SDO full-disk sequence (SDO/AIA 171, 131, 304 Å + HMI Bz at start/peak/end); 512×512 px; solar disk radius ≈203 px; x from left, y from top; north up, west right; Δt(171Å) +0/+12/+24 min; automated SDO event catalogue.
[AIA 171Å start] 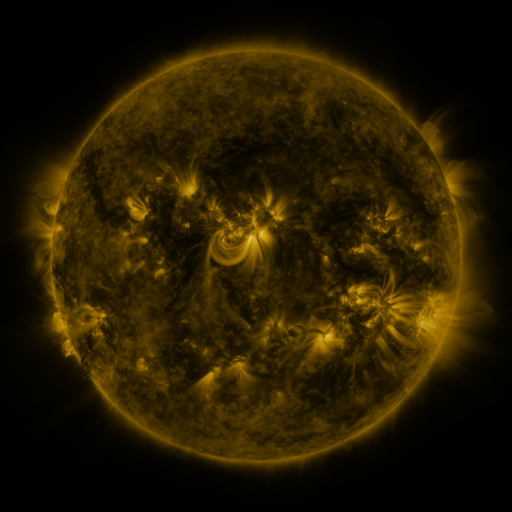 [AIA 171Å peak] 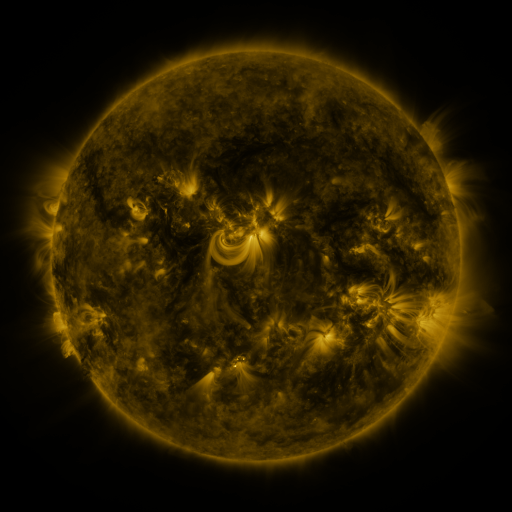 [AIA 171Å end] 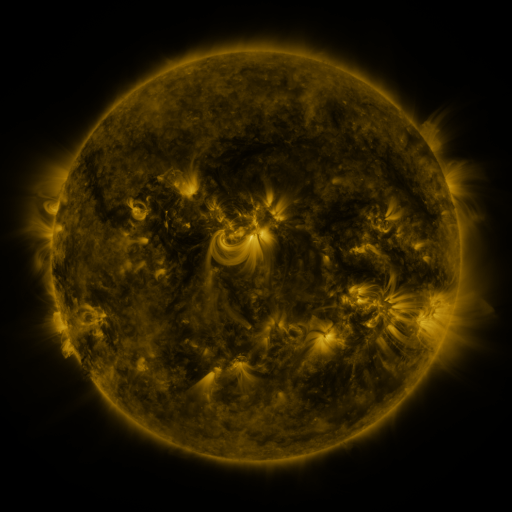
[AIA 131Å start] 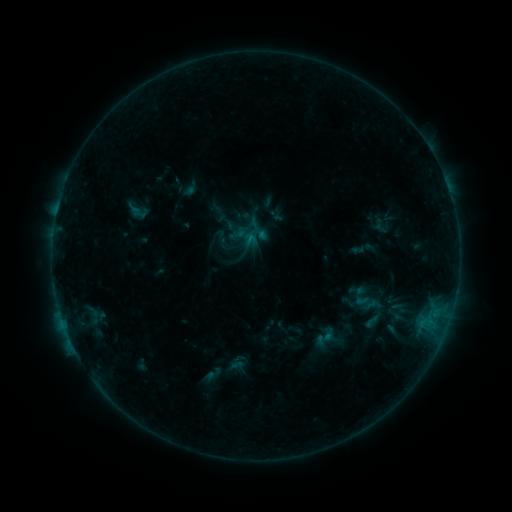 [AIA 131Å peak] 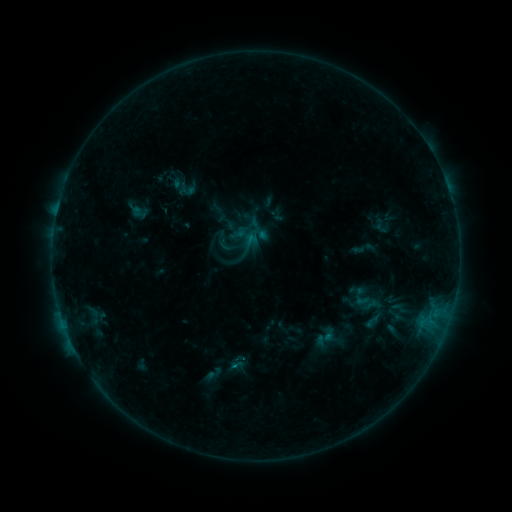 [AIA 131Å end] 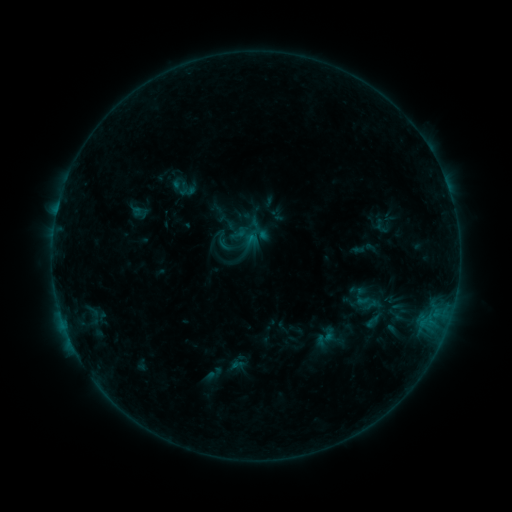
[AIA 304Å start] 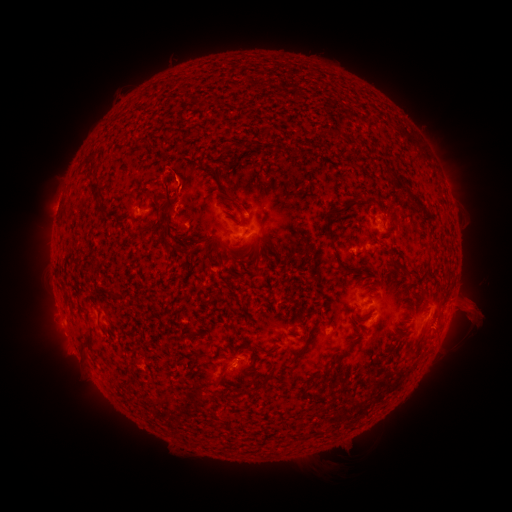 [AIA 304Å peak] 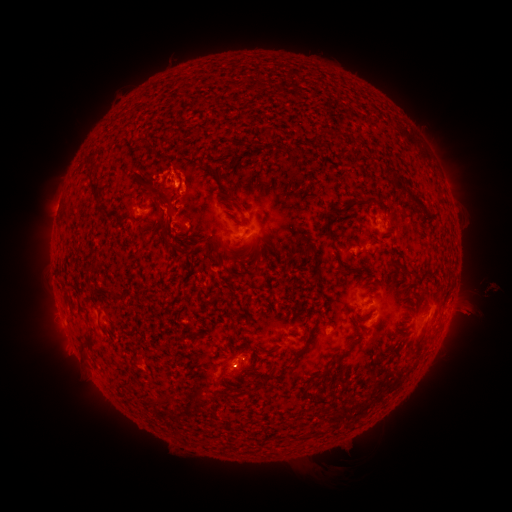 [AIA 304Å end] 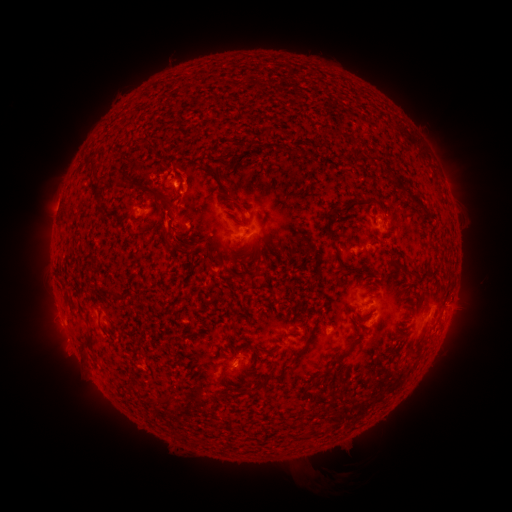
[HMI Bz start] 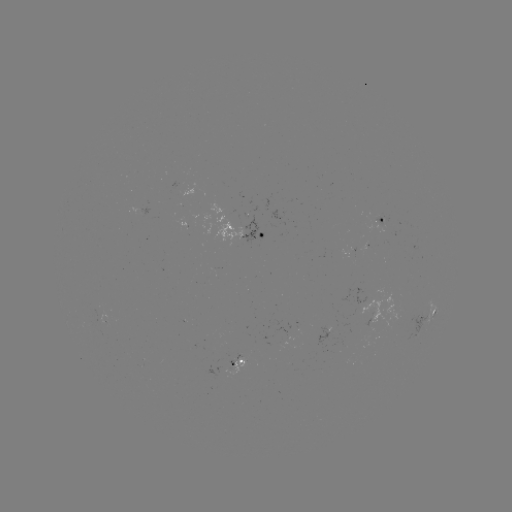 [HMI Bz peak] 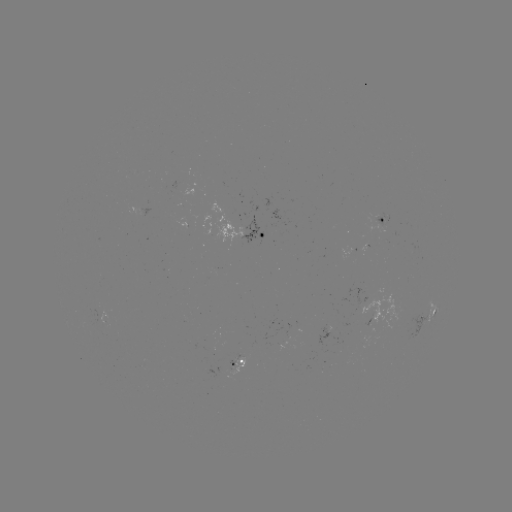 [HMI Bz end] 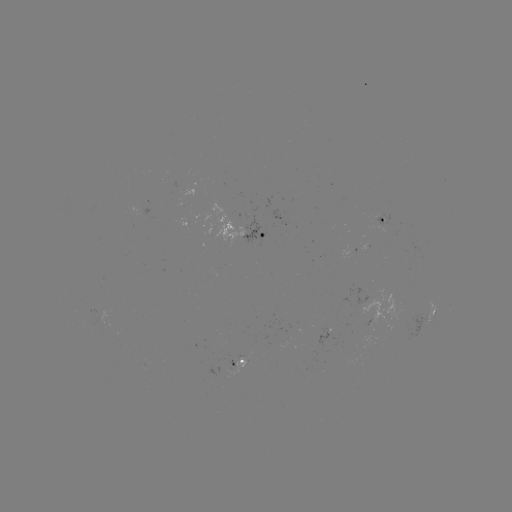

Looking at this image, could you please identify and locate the B4.5 flare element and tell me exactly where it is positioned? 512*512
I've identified B4.5 flare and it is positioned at [178, 184].